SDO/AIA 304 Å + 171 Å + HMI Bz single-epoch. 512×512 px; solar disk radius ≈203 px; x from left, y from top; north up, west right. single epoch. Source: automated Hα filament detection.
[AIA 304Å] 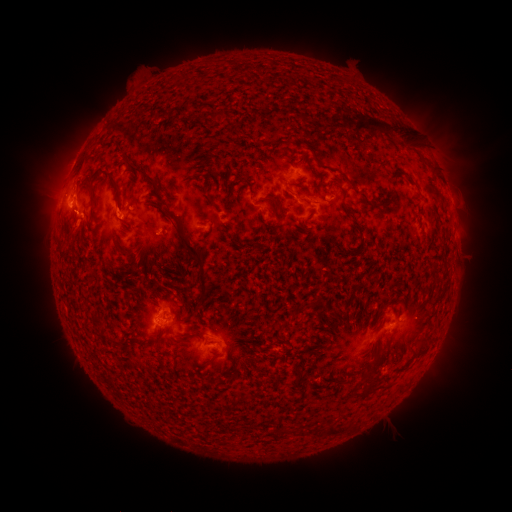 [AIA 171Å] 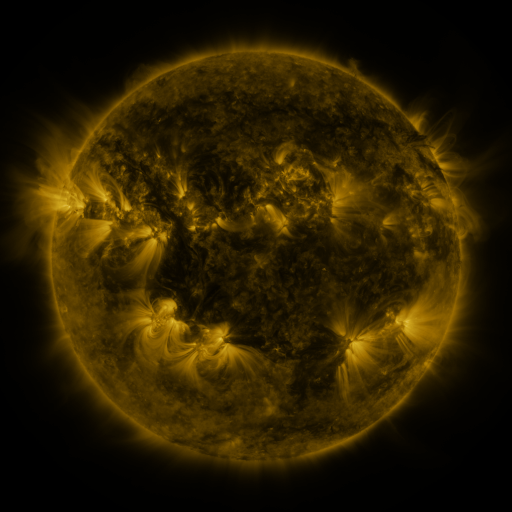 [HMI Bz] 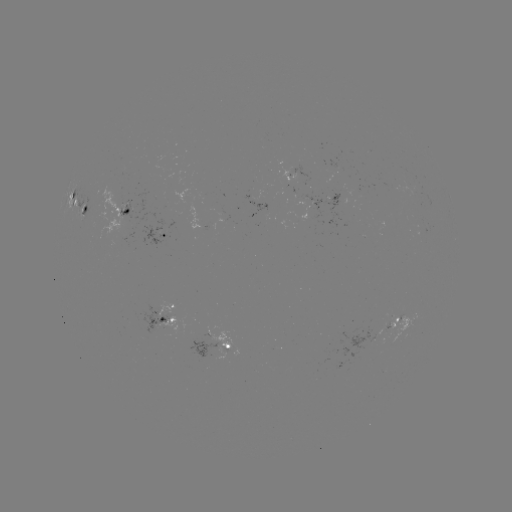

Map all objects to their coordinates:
filament: (362, 121)
filament: (336, 122)
filament: (378, 126)
filament: (411, 142)
filament: (141, 170)
filament: (114, 180)
filament: (286, 187)
filament: (271, 198)
filament: (85, 208)
filament: (126, 211)
filament: (173, 214)
filament: (122, 219)
filament: (130, 263)
filament: (200, 264)
filament: (423, 346)
filament: (372, 389)
filament: (332, 431)
